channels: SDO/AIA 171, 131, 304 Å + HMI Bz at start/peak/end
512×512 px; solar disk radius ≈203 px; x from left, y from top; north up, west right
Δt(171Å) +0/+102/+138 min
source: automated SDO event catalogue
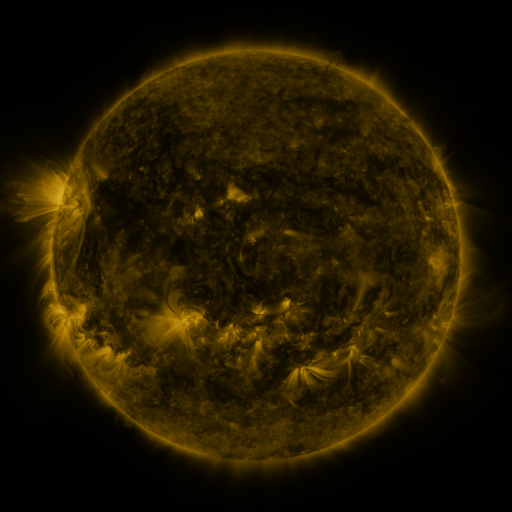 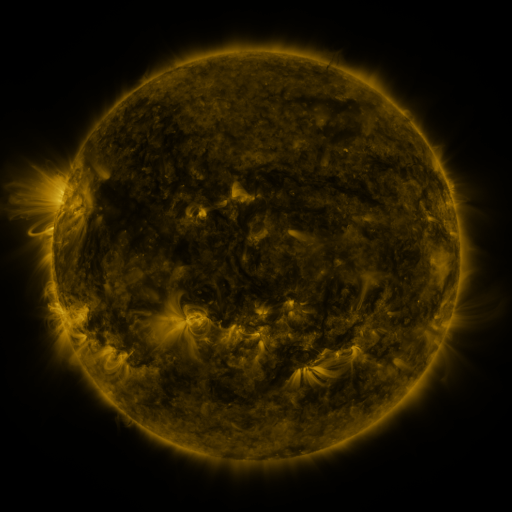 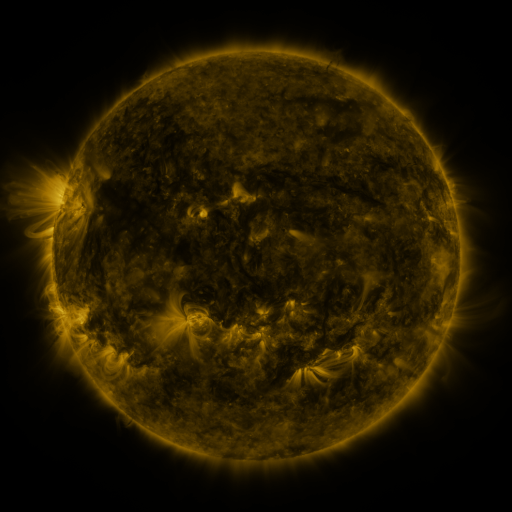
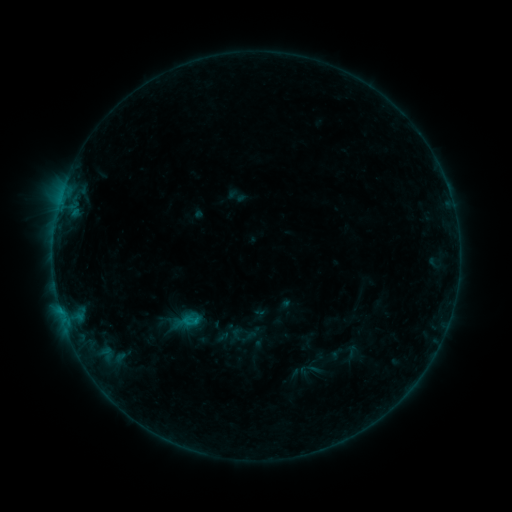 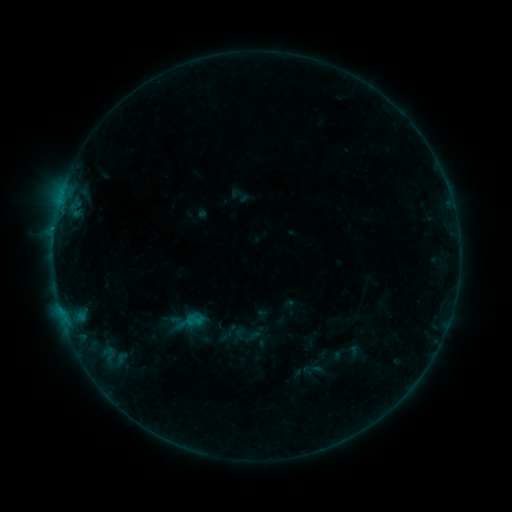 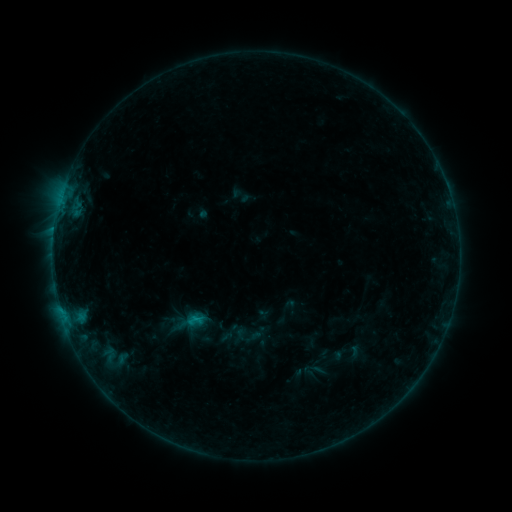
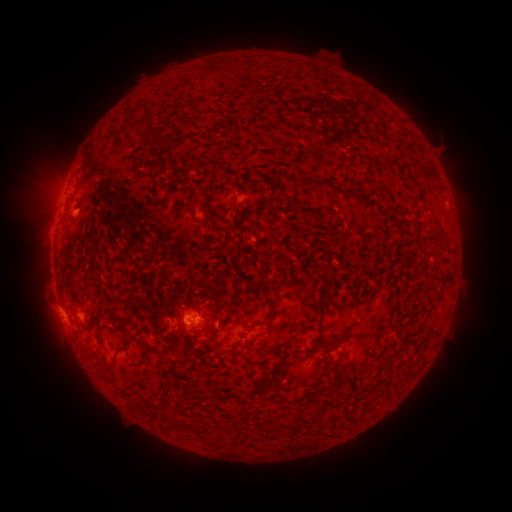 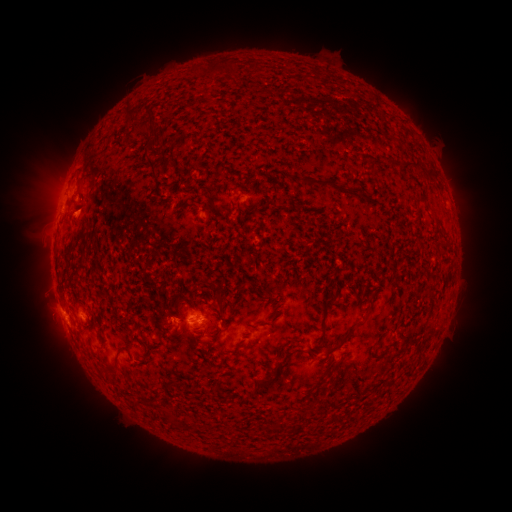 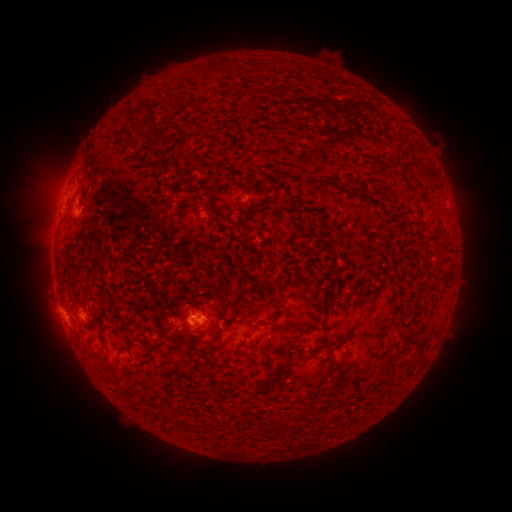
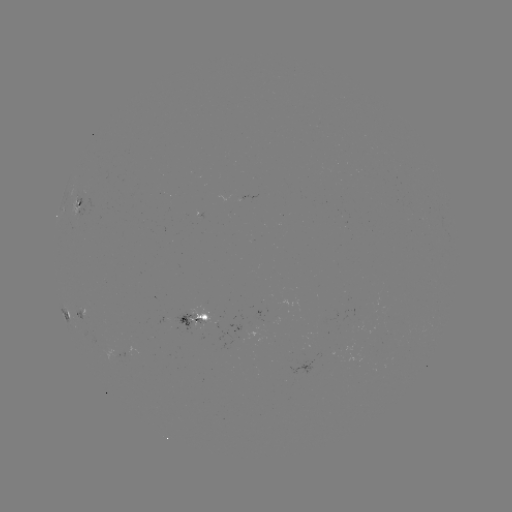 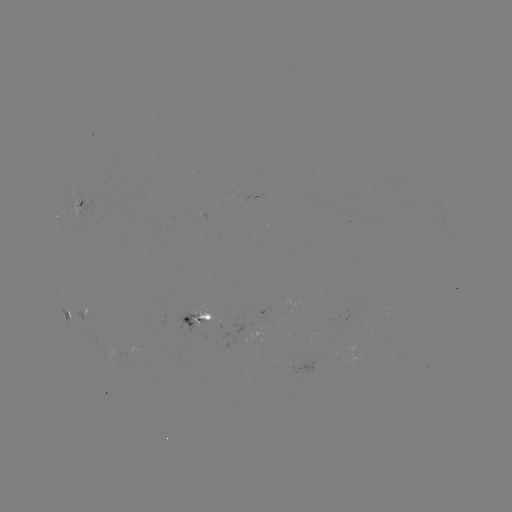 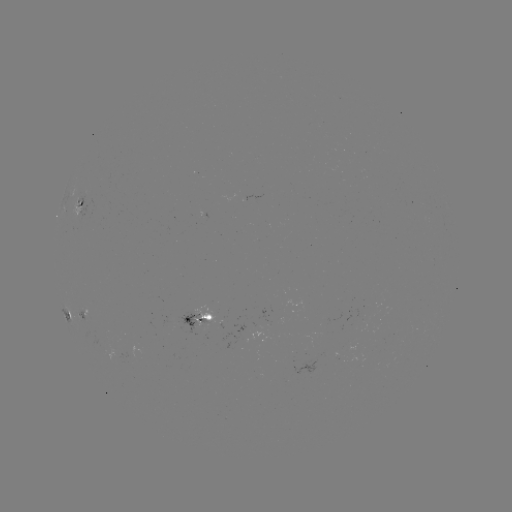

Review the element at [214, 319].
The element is emerging-flux region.